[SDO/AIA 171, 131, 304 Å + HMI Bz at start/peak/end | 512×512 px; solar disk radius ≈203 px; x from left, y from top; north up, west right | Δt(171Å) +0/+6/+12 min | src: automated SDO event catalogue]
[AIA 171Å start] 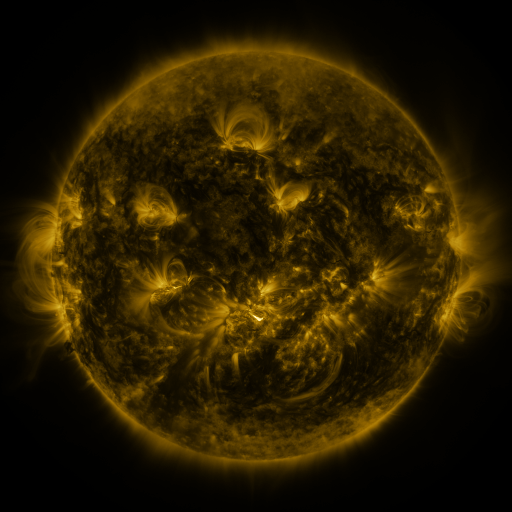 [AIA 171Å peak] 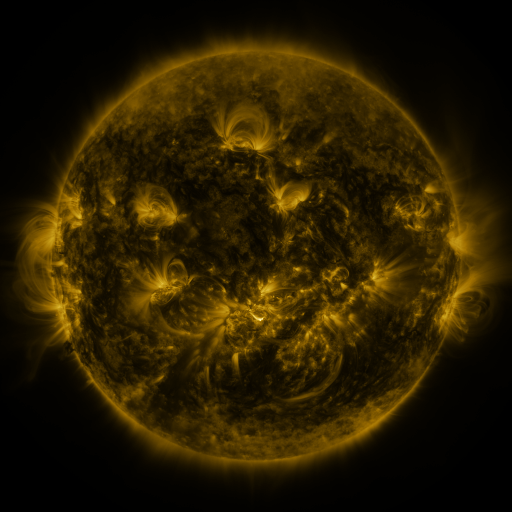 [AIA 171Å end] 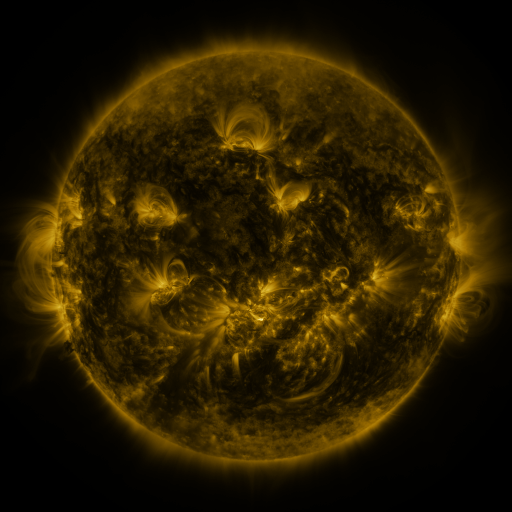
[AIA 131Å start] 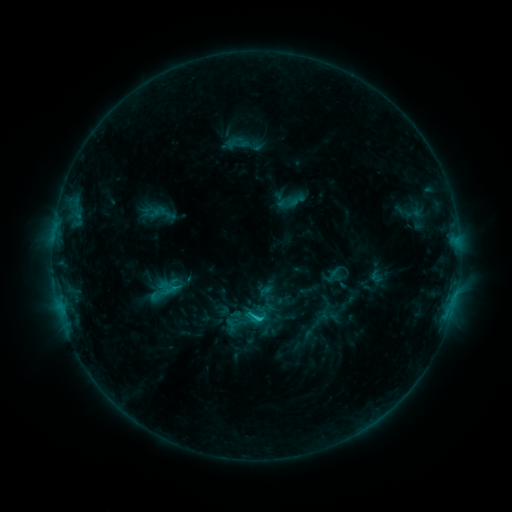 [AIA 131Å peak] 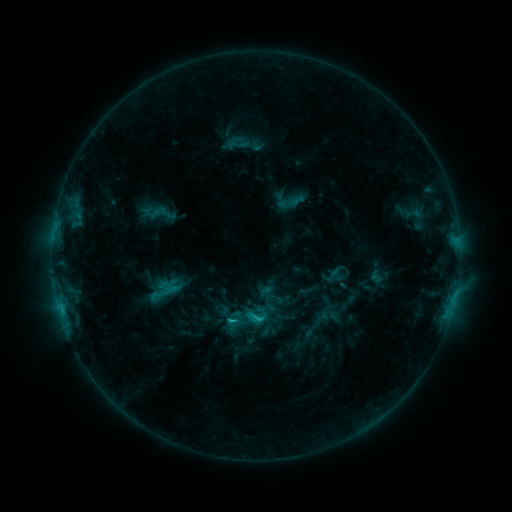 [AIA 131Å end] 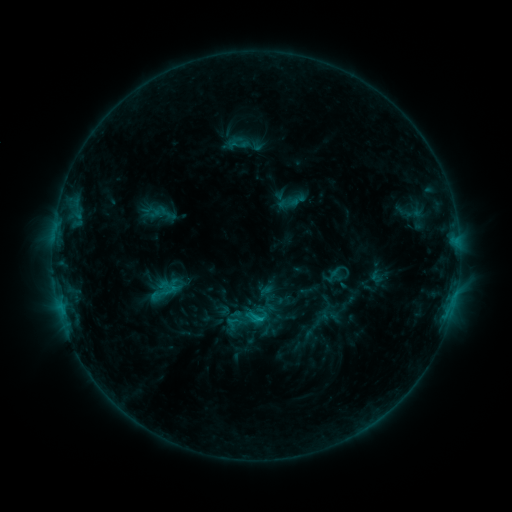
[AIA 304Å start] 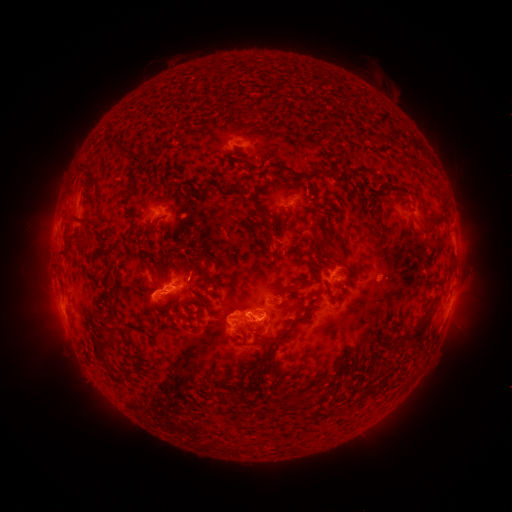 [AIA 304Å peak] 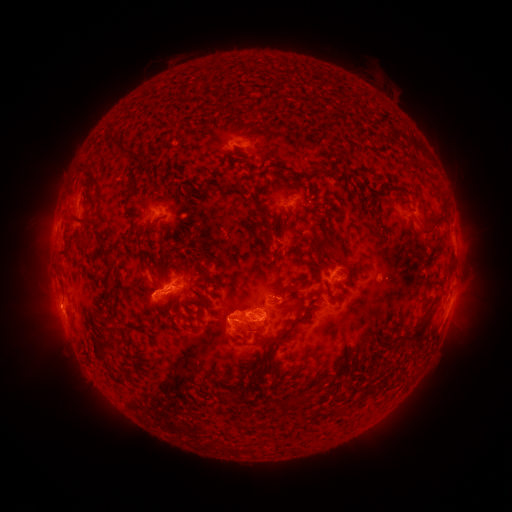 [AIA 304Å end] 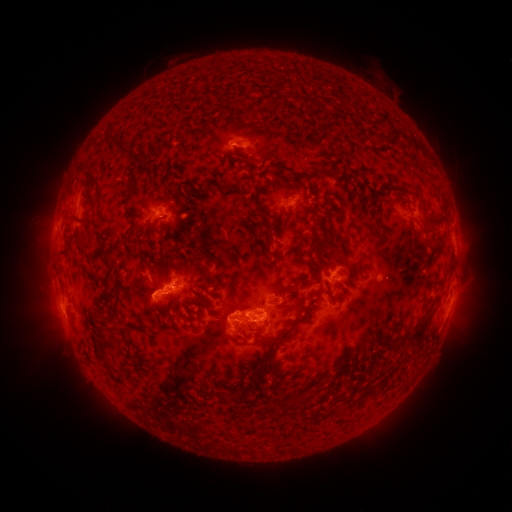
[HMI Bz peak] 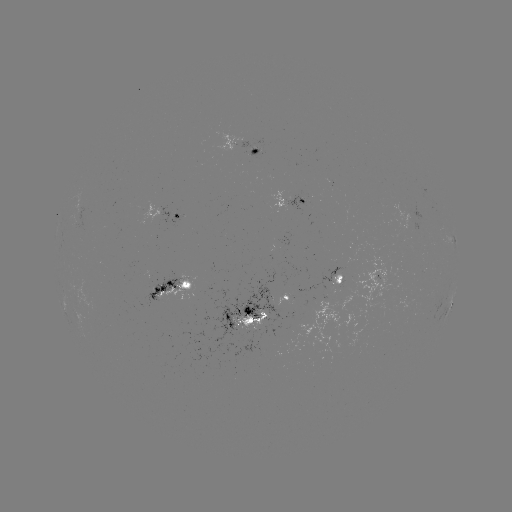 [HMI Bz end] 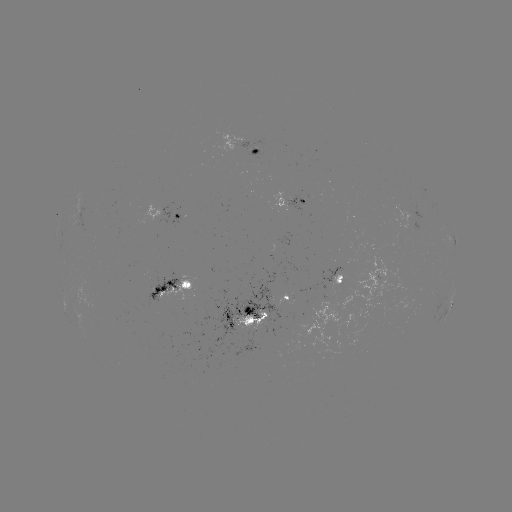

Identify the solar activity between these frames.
eruption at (55, 309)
